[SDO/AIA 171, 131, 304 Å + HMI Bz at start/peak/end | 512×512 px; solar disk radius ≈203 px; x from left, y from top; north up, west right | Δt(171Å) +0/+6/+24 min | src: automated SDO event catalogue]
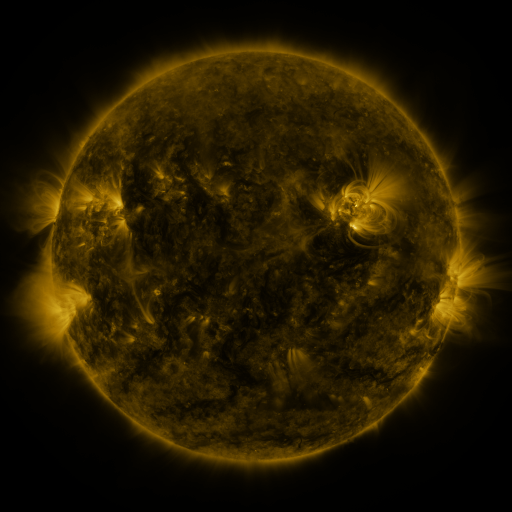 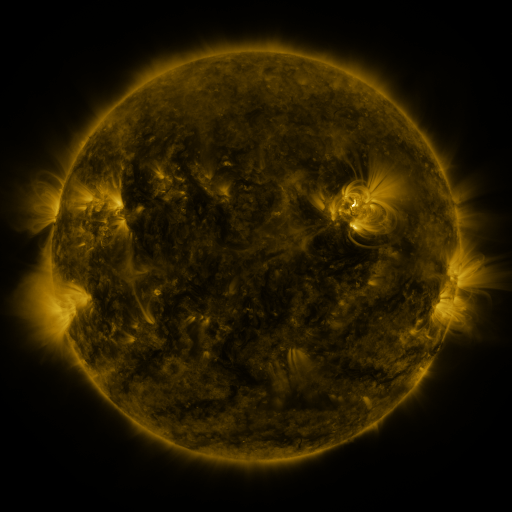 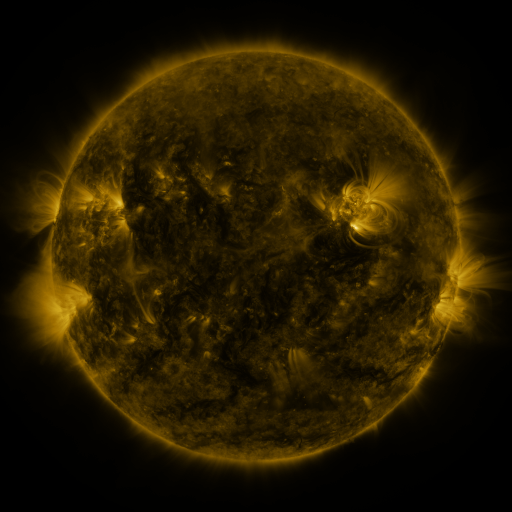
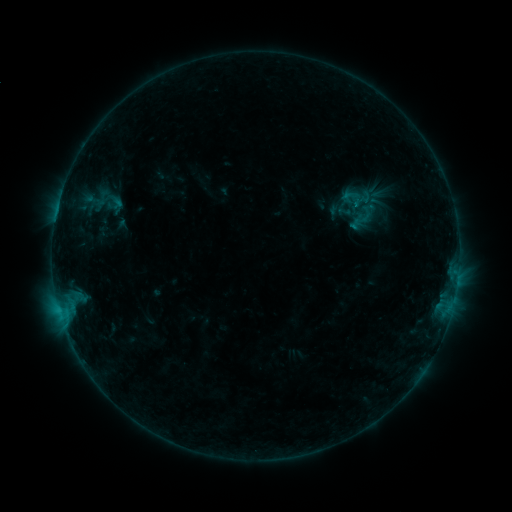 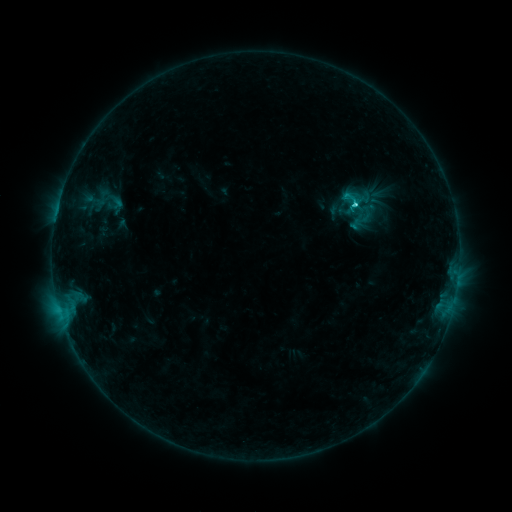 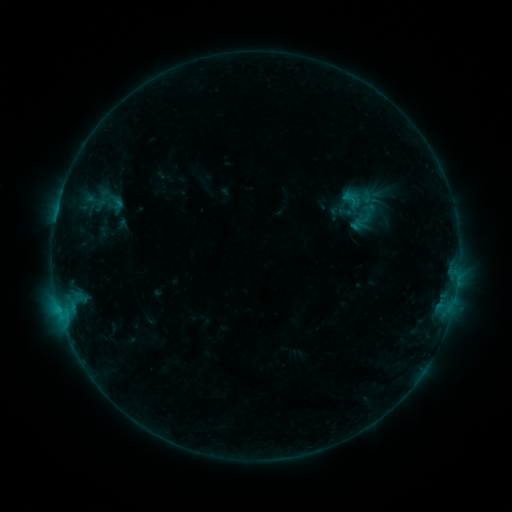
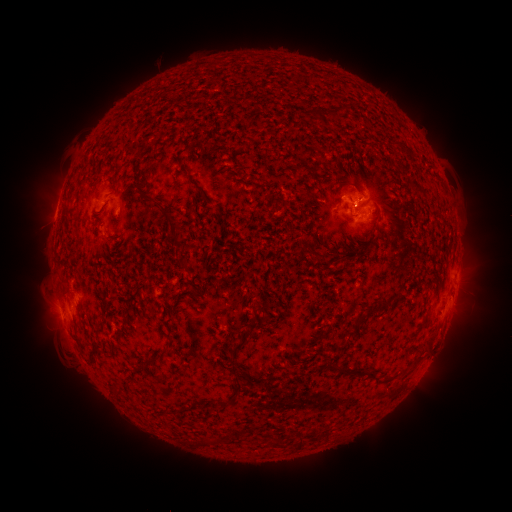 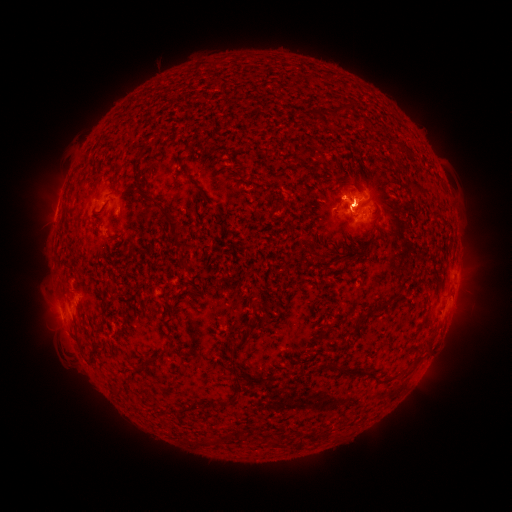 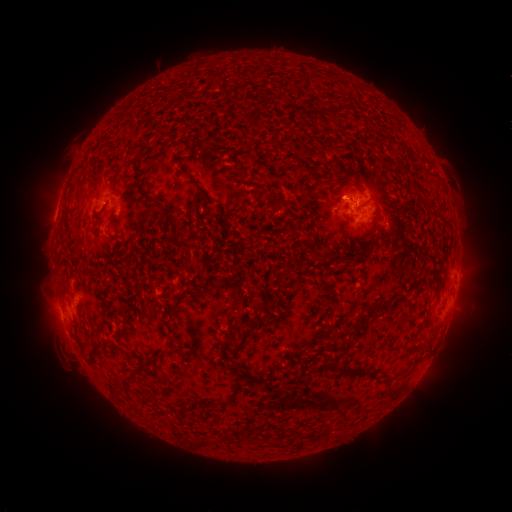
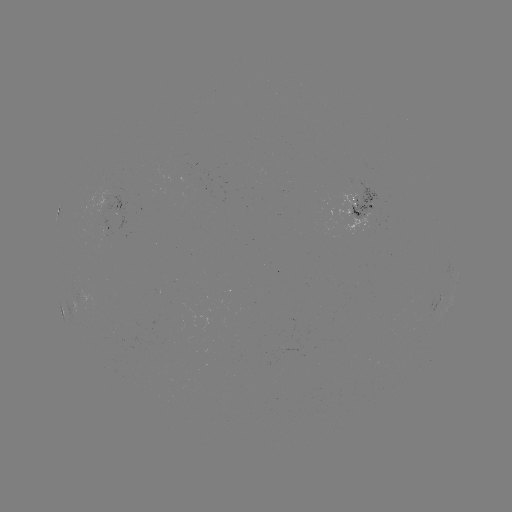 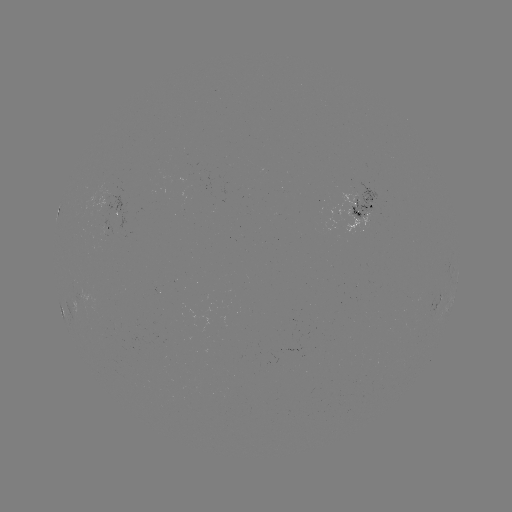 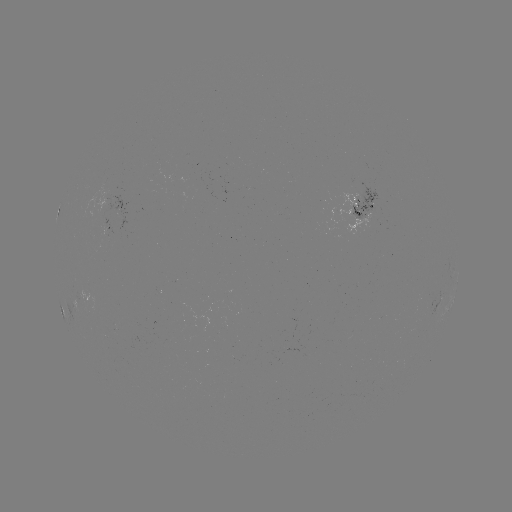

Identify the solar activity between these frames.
C1.6 flare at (352, 206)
